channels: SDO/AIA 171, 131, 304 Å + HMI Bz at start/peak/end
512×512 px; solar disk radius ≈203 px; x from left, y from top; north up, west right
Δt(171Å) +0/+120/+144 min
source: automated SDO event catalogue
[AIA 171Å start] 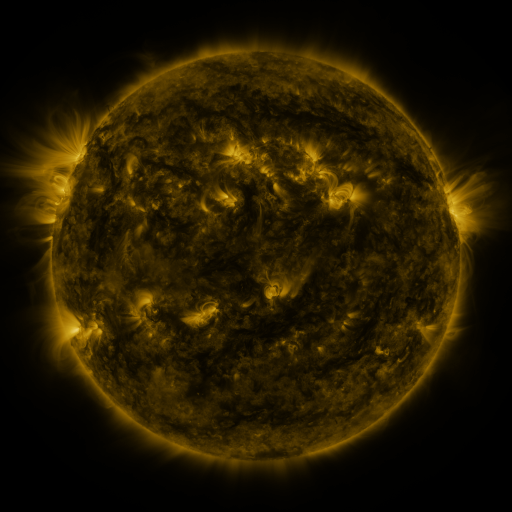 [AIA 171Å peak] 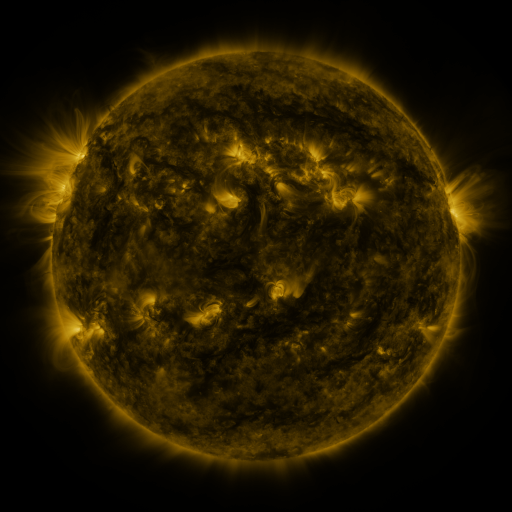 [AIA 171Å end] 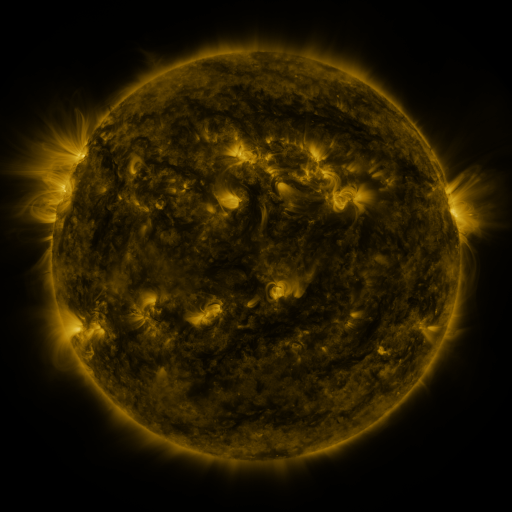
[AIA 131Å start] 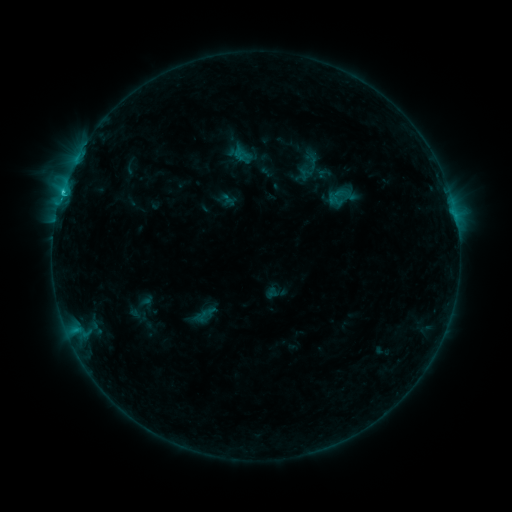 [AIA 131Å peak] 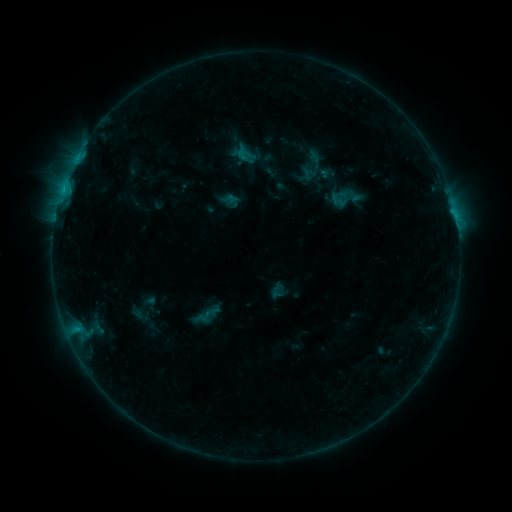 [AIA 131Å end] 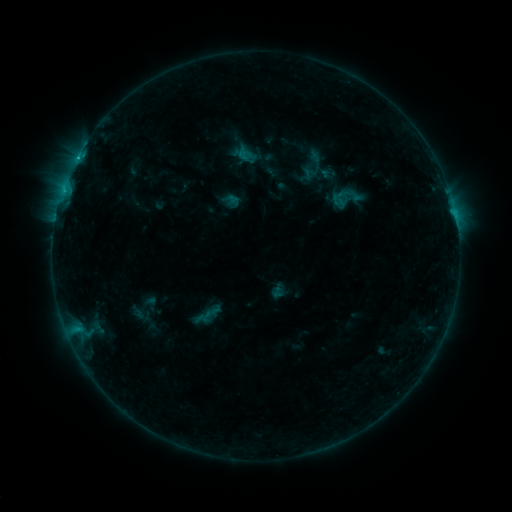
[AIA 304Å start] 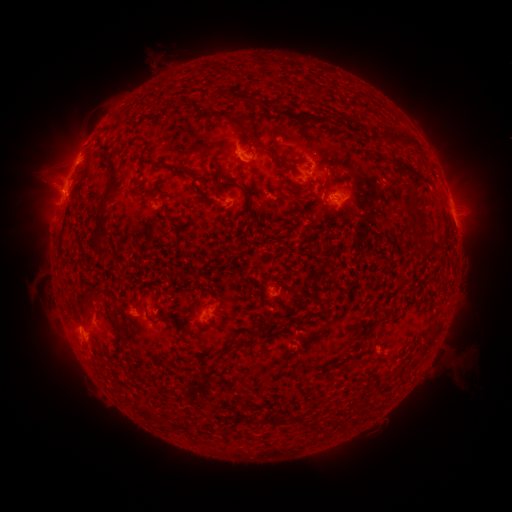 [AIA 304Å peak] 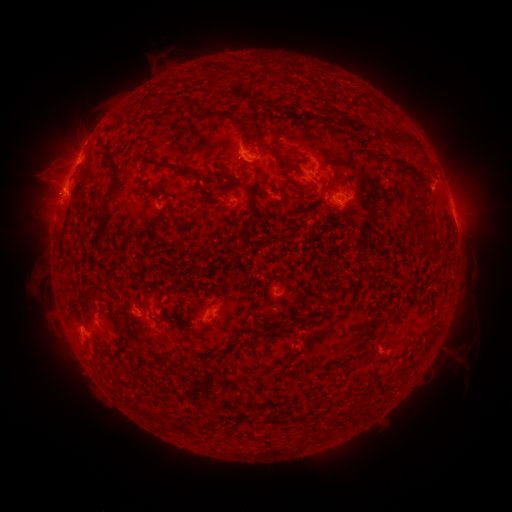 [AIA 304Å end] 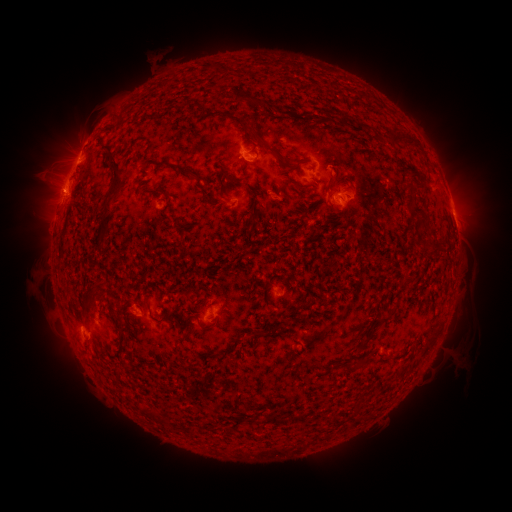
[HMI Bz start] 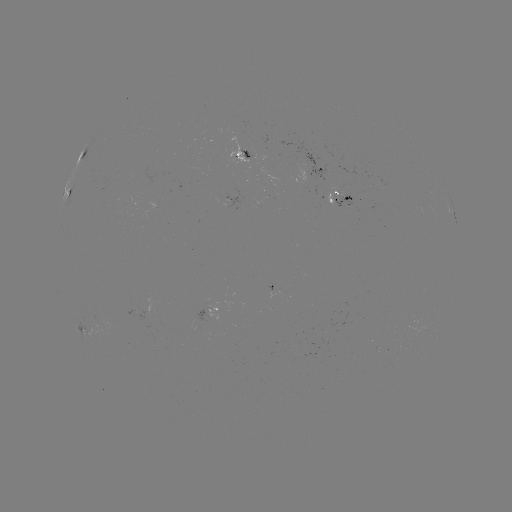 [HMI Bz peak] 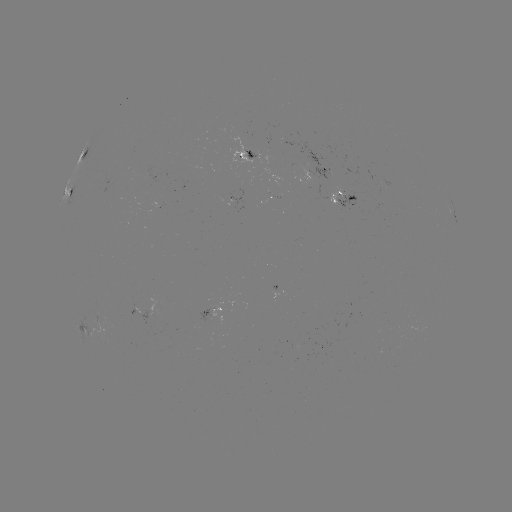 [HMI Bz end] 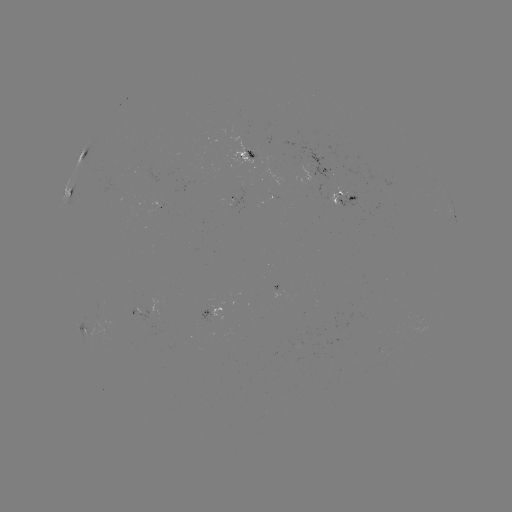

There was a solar emerging-flux region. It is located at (337, 197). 